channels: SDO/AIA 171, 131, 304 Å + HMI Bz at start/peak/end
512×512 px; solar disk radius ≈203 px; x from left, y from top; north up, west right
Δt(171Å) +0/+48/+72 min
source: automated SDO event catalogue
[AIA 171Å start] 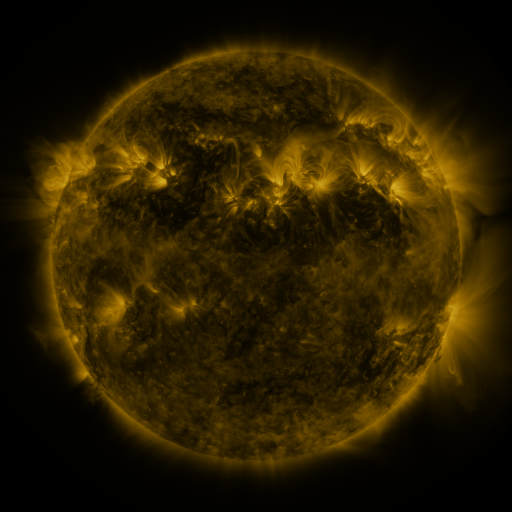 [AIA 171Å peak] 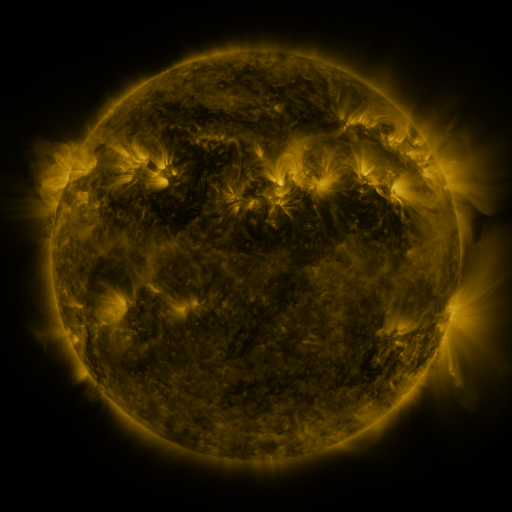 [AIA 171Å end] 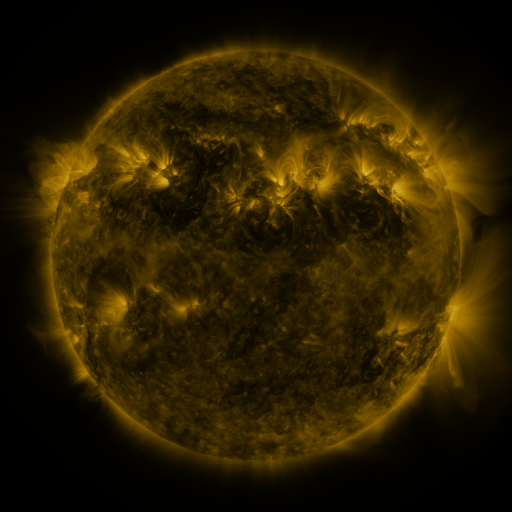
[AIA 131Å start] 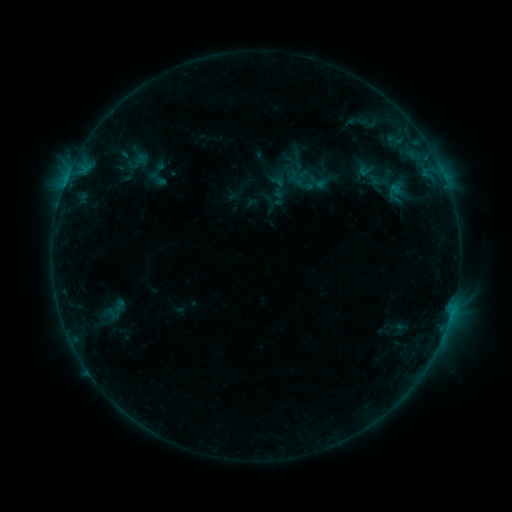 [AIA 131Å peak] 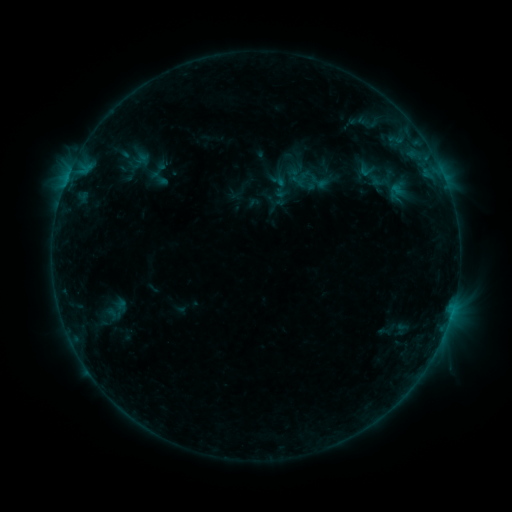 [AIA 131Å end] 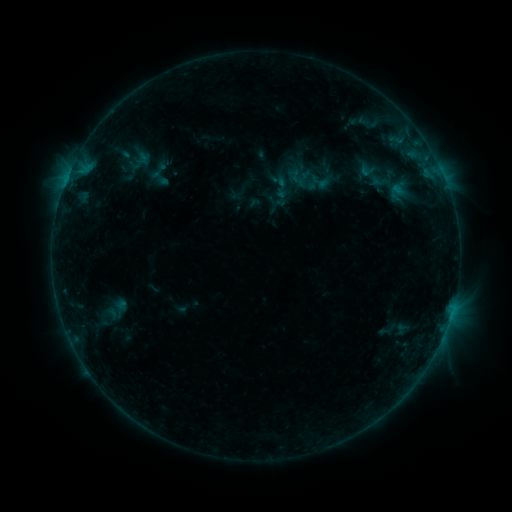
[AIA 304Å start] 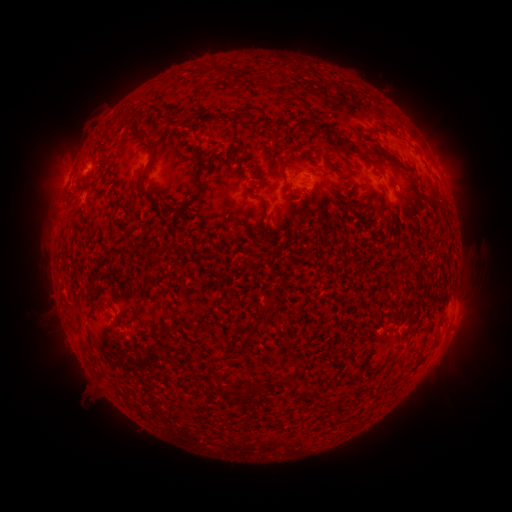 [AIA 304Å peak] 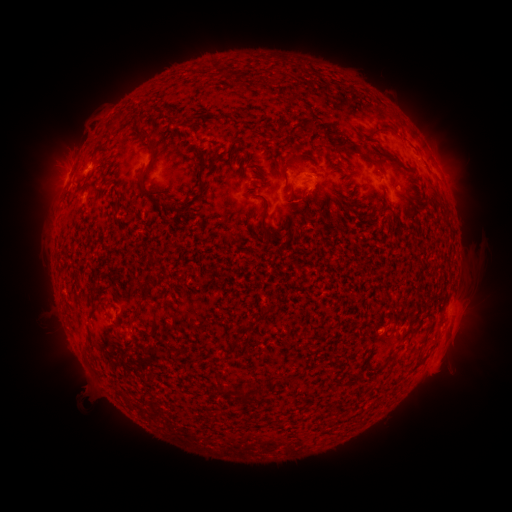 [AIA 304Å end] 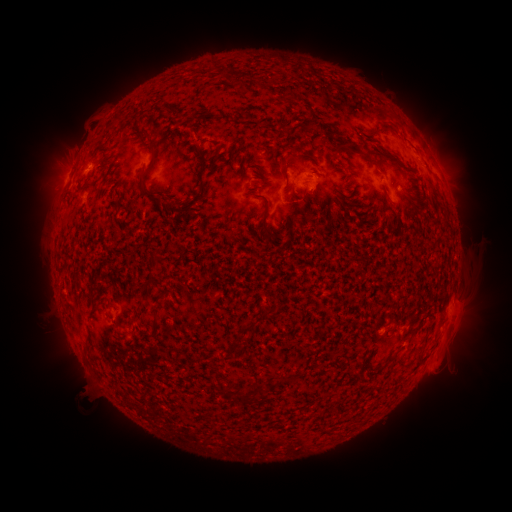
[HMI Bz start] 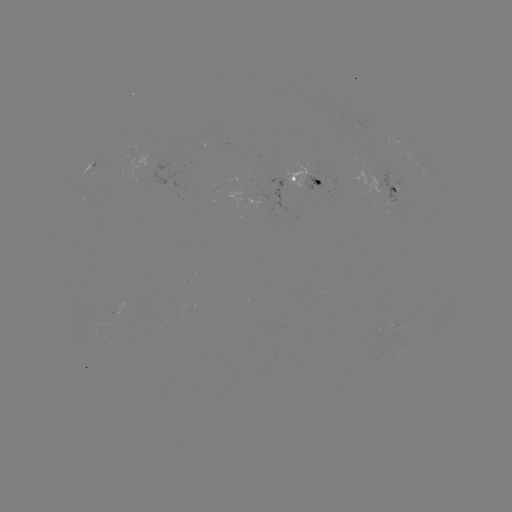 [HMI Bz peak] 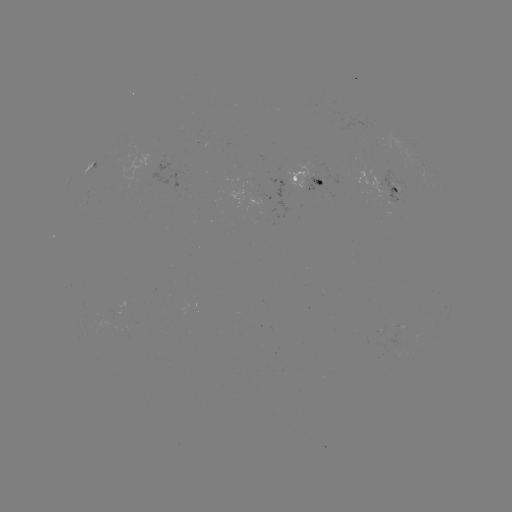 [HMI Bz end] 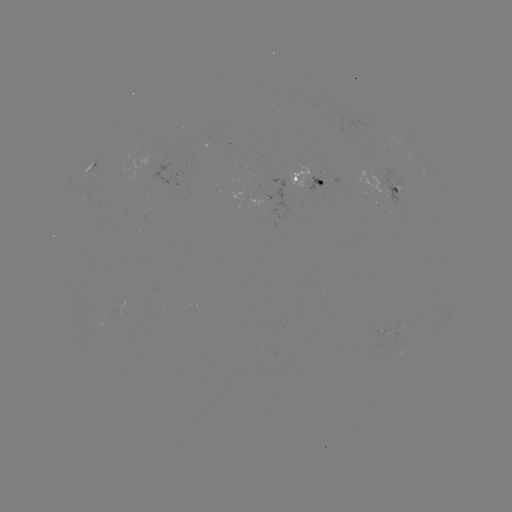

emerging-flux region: (308, 176, 323, 187)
